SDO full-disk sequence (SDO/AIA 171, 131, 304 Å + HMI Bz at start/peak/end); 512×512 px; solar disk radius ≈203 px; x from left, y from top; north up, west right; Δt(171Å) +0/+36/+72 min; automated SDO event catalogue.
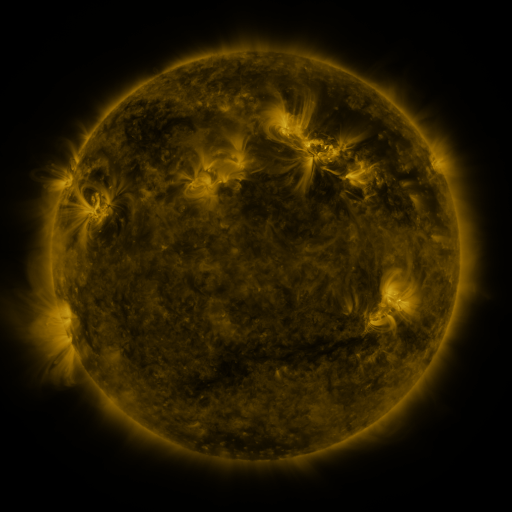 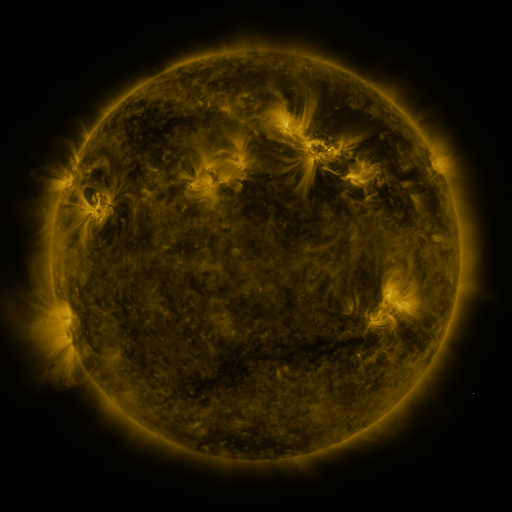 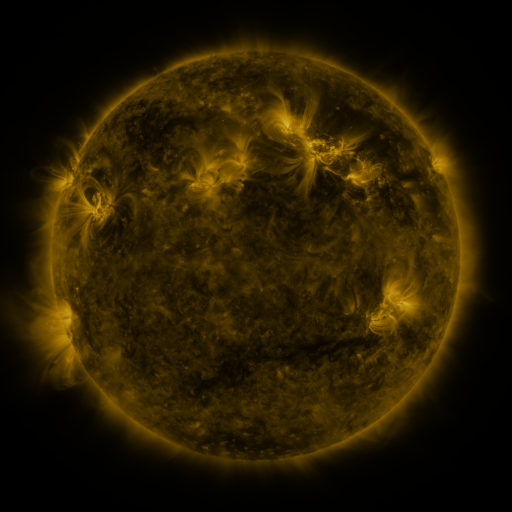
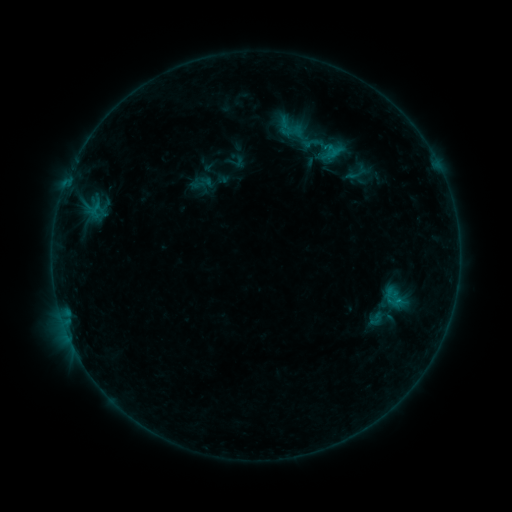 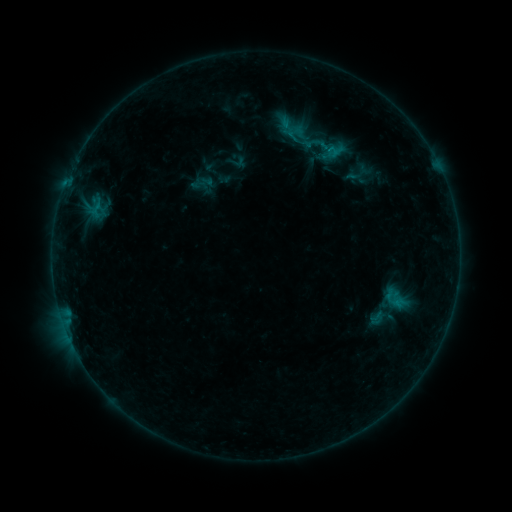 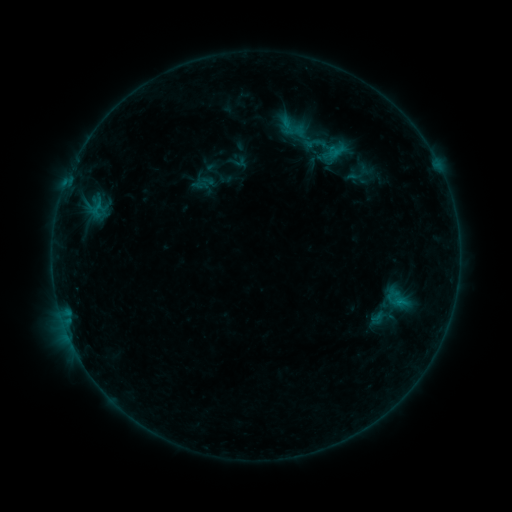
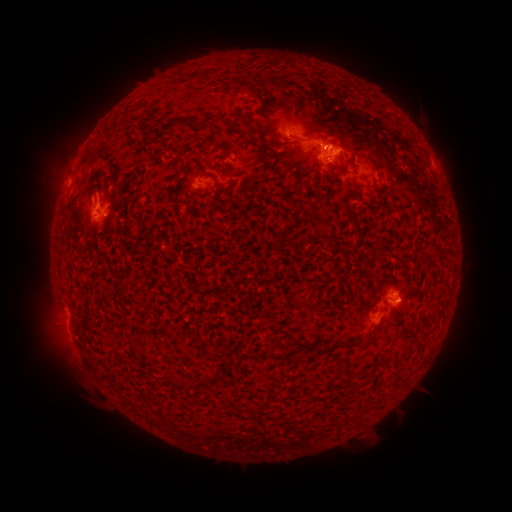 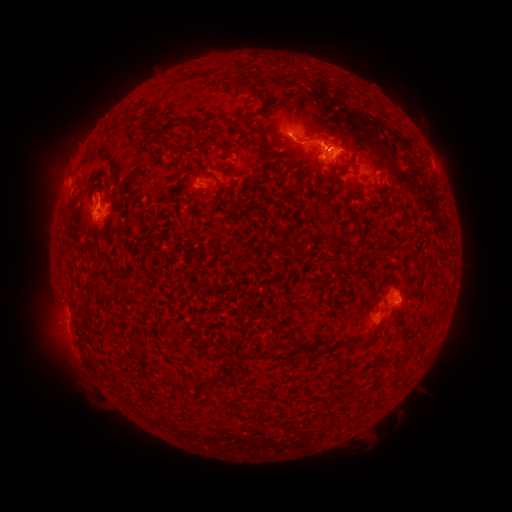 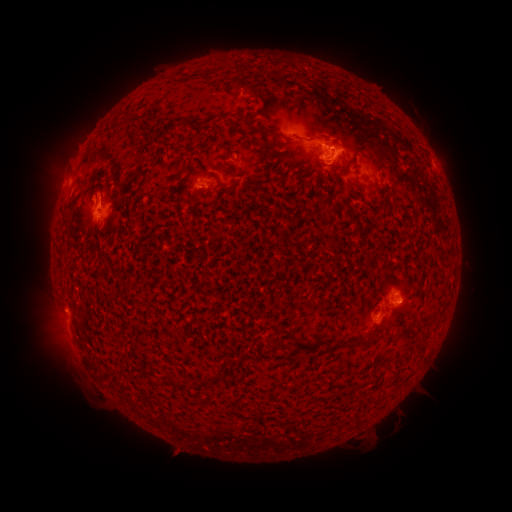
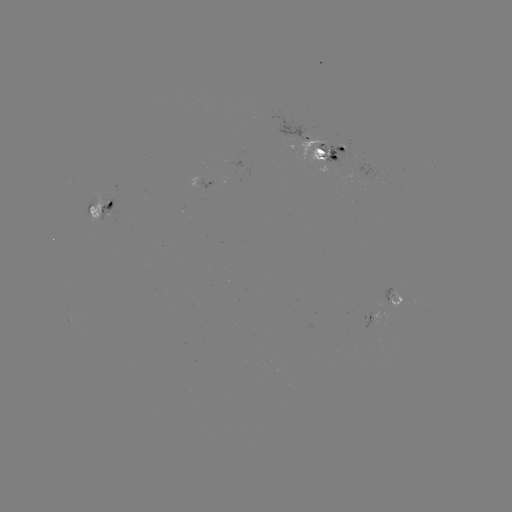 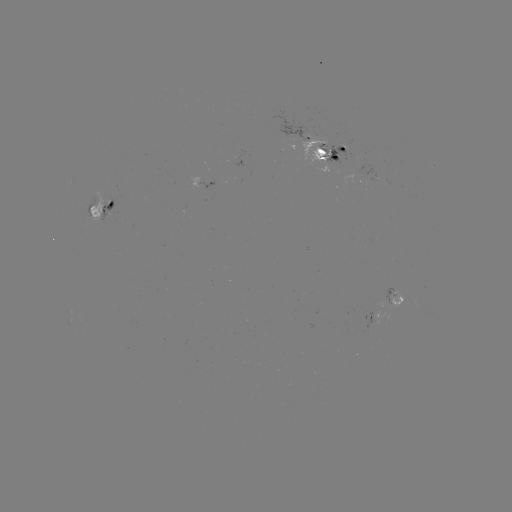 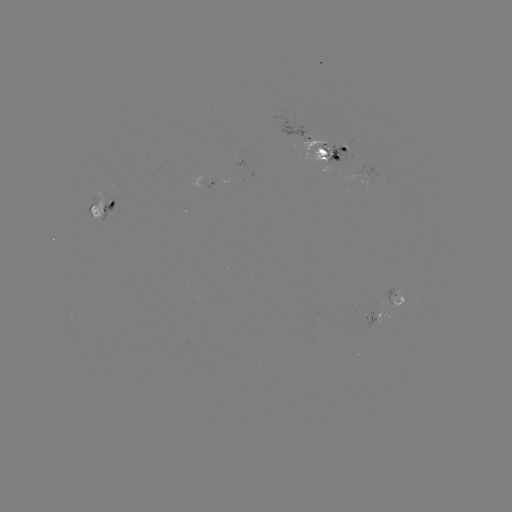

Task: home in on emerging-flux region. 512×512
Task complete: (312, 144).